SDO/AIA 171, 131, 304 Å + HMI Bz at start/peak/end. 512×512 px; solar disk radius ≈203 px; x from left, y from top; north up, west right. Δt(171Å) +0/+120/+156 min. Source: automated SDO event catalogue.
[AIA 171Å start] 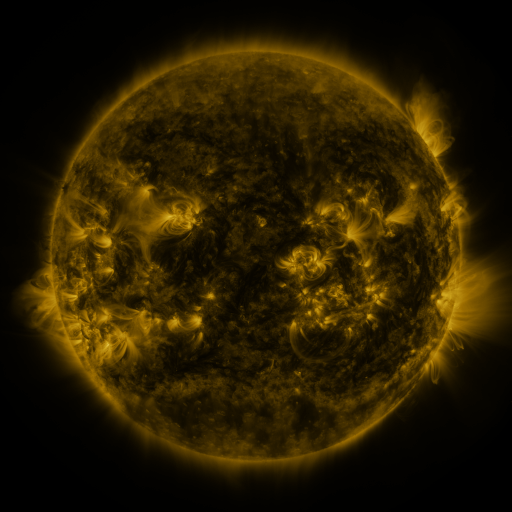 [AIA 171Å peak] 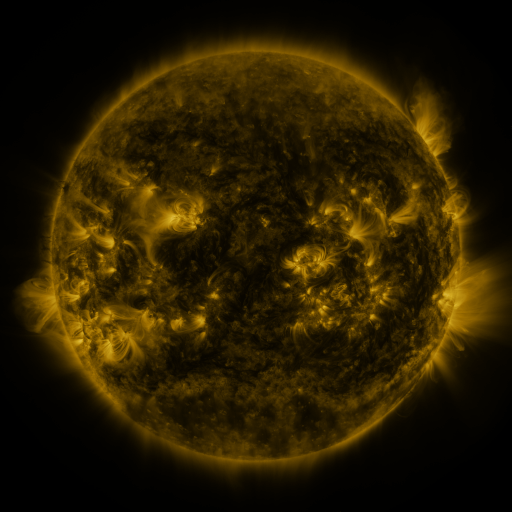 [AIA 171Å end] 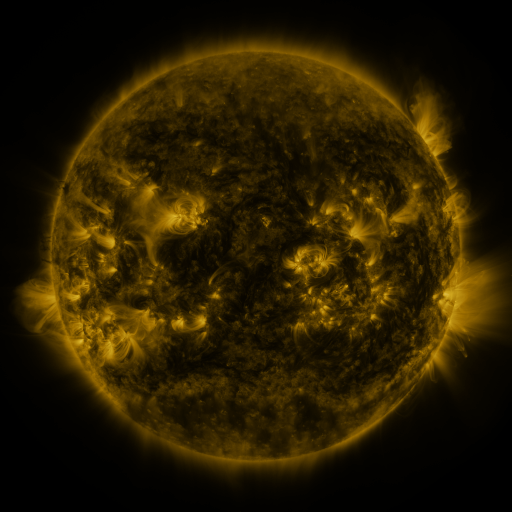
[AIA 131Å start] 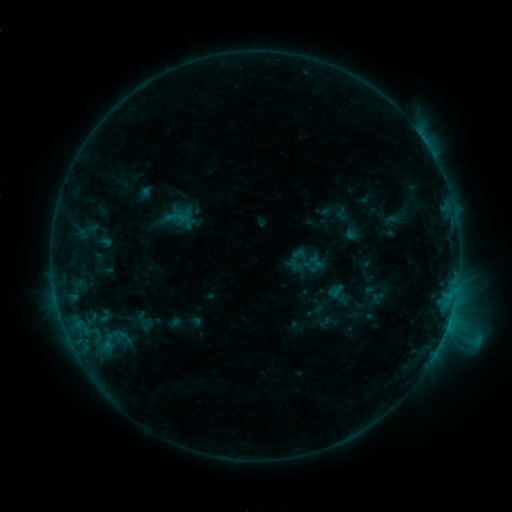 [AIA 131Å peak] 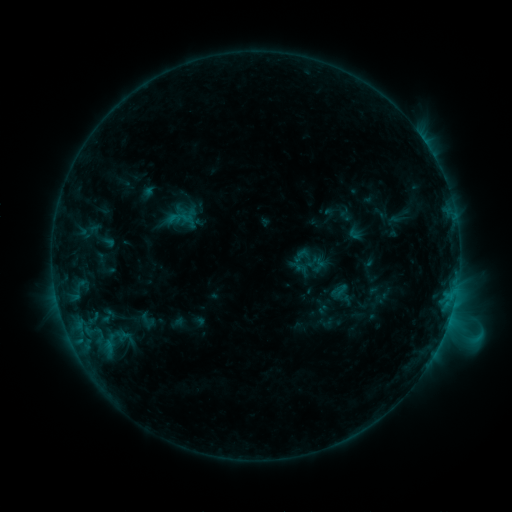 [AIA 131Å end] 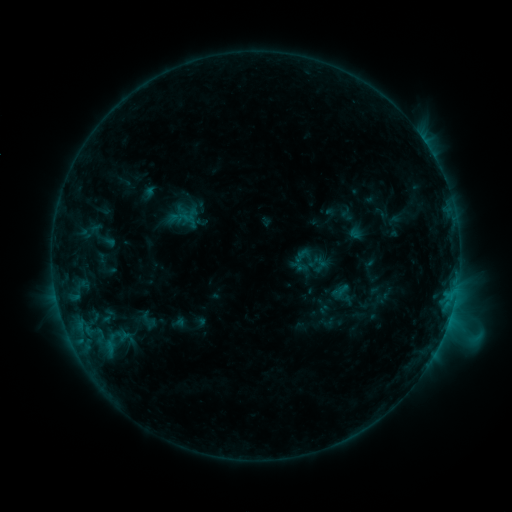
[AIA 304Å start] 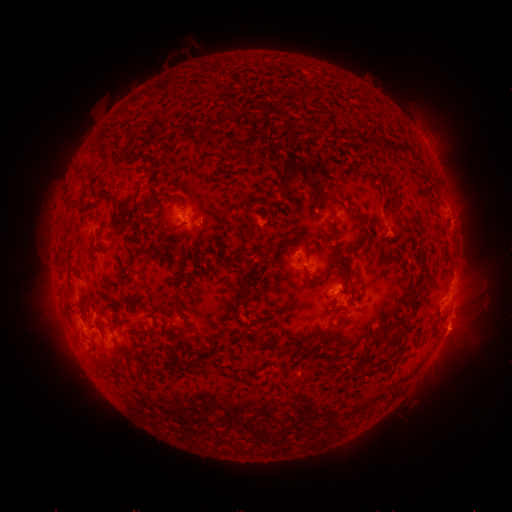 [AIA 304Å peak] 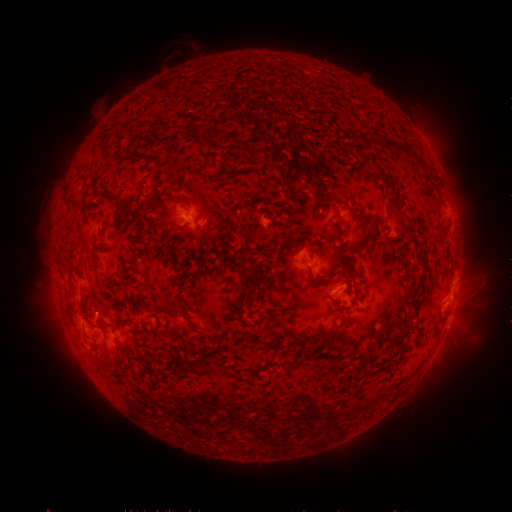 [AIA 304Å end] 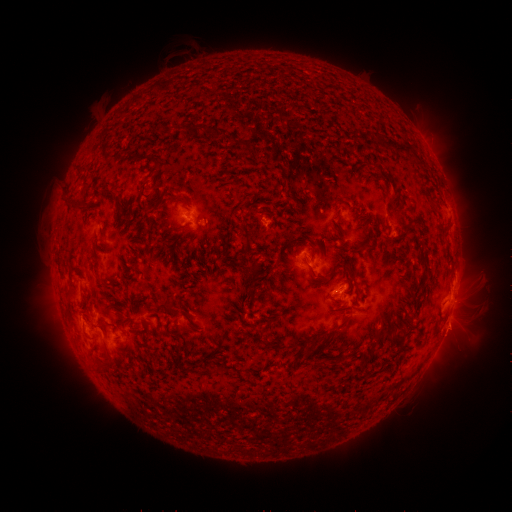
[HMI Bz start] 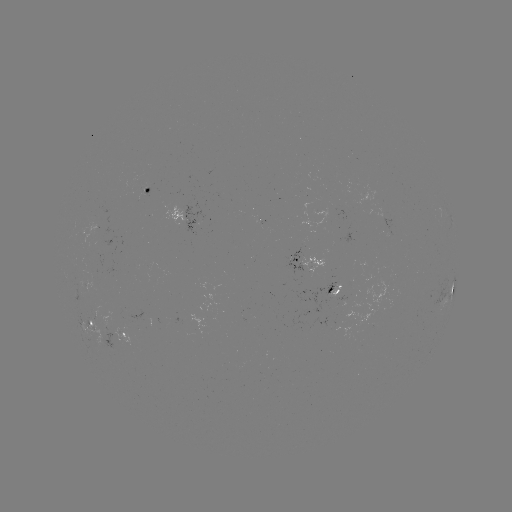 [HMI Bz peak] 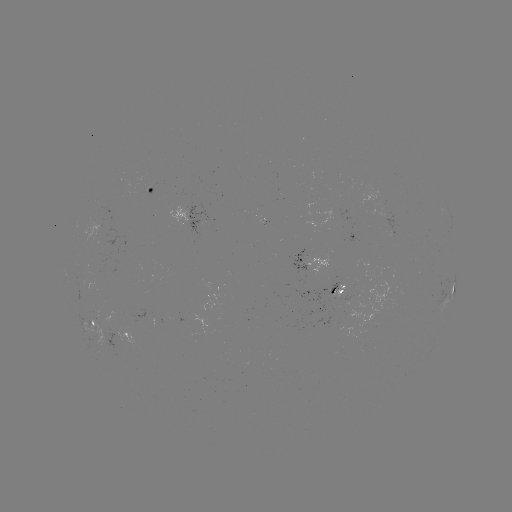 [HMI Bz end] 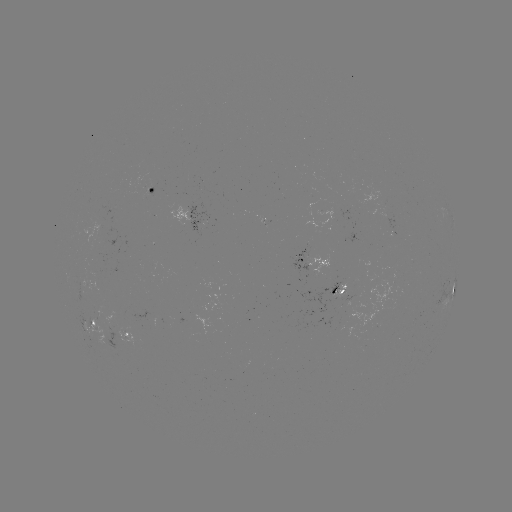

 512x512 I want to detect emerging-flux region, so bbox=[287, 249, 306, 277].